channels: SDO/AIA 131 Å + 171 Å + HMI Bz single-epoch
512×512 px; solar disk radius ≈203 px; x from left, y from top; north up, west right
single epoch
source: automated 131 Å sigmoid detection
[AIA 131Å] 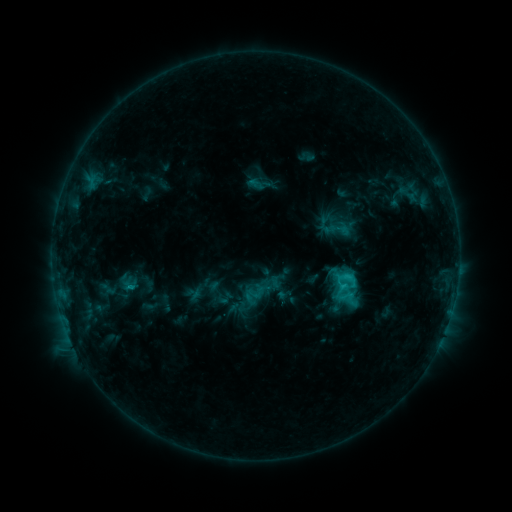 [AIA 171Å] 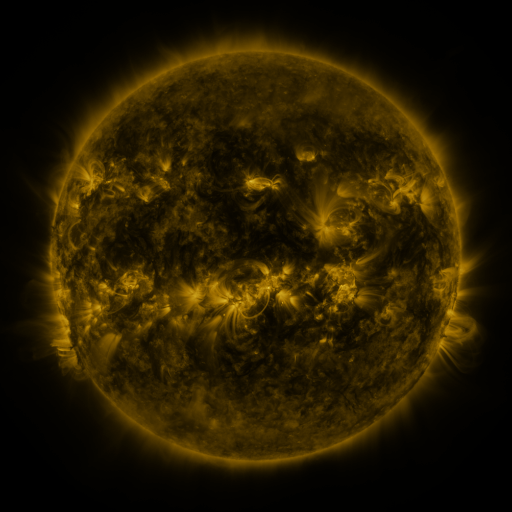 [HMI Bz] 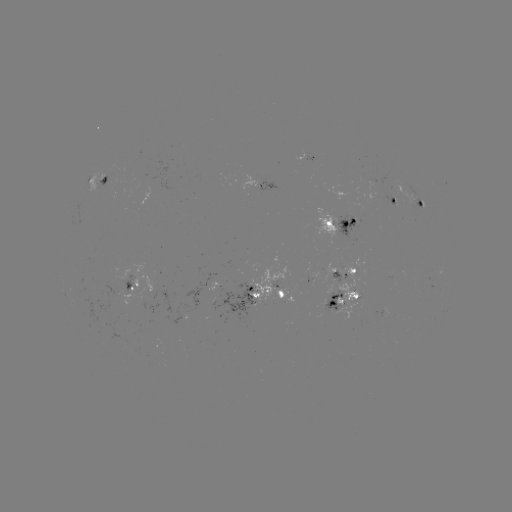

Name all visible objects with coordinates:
sigmoid: (340, 228)
sigmoid: (348, 279)
